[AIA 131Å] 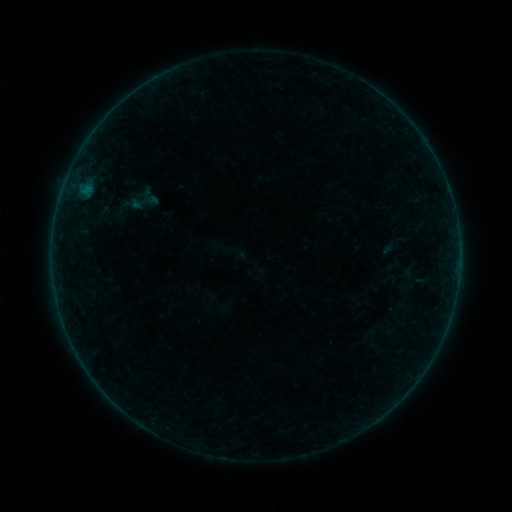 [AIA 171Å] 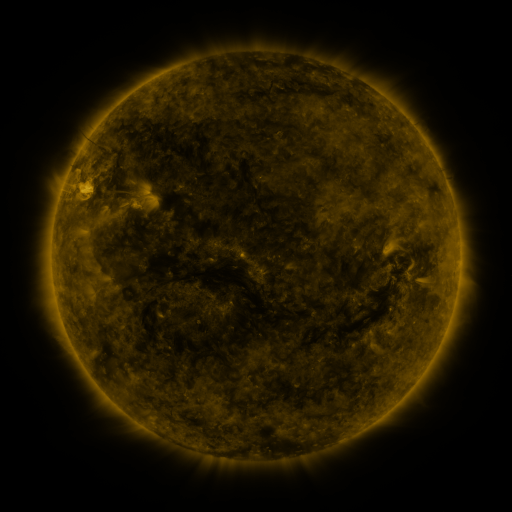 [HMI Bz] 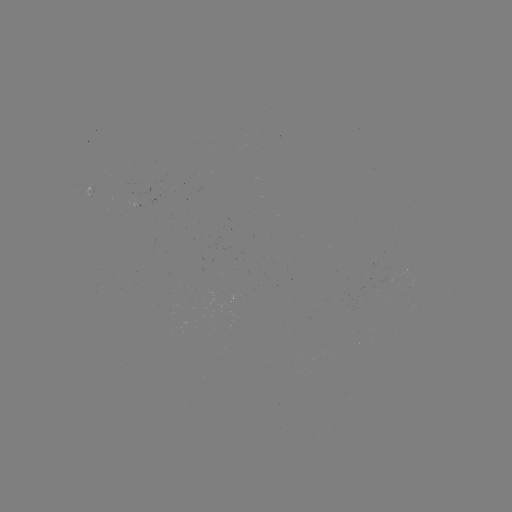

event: sigmoid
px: (141, 202)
